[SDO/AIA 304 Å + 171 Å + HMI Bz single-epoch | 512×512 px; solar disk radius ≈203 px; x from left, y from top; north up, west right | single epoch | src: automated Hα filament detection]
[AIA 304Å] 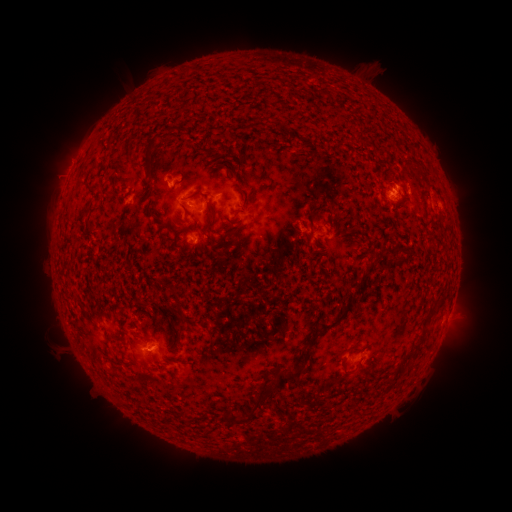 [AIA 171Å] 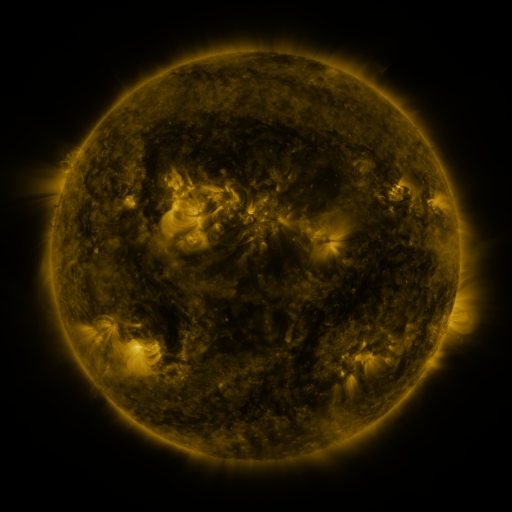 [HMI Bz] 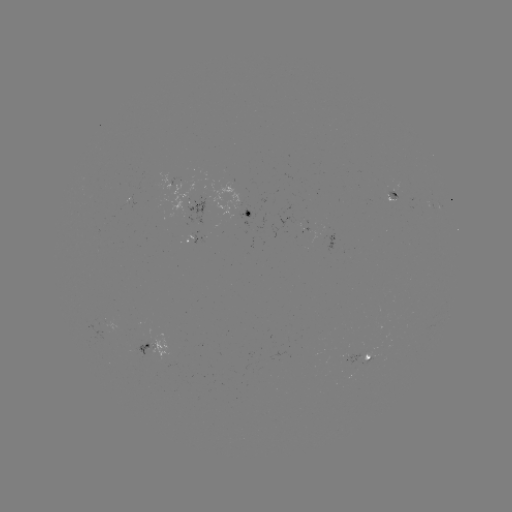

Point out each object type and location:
filament: (425, 176)
filament: (209, 209)
filament: (311, 219)
filament: (318, 261)
filament: (356, 284)
filament: (176, 298)
filament: (427, 320)
filament: (324, 327)
filament: (182, 328)
filament: (413, 353)
filament: (343, 372)
filament: (284, 379)
filament: (248, 411)
filament: (236, 421)
